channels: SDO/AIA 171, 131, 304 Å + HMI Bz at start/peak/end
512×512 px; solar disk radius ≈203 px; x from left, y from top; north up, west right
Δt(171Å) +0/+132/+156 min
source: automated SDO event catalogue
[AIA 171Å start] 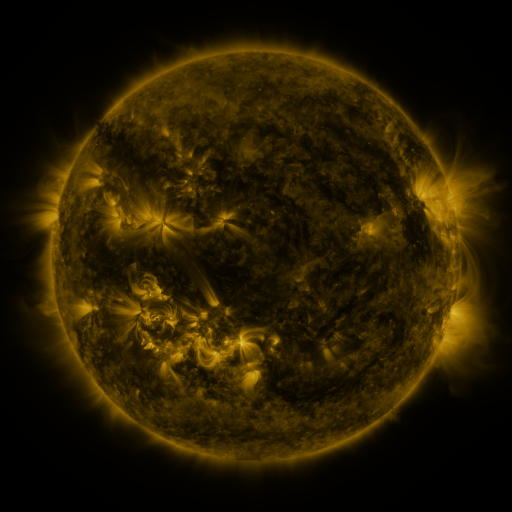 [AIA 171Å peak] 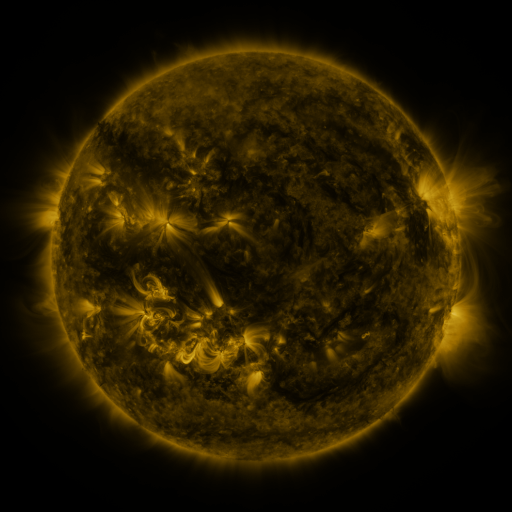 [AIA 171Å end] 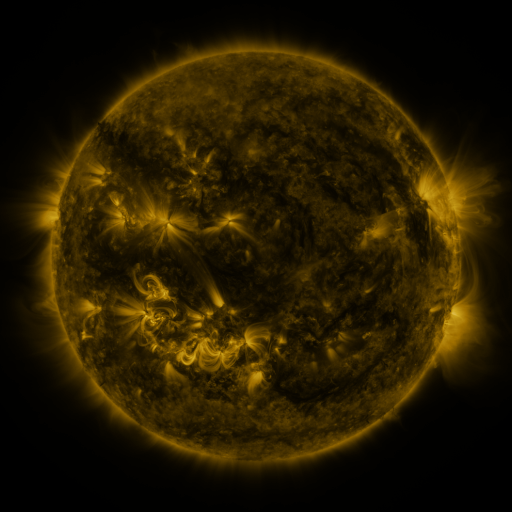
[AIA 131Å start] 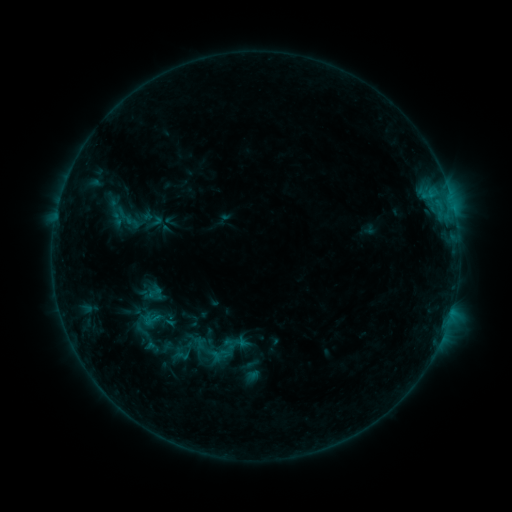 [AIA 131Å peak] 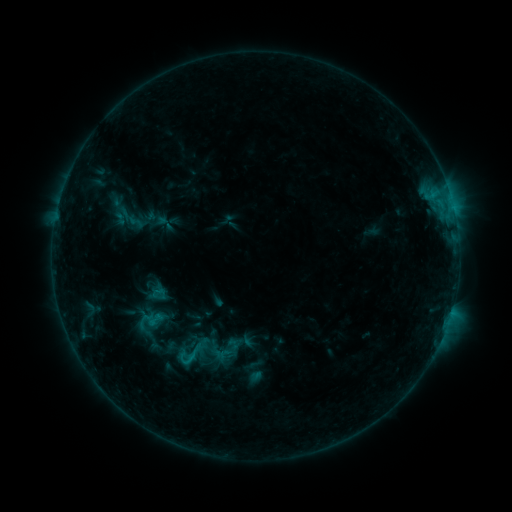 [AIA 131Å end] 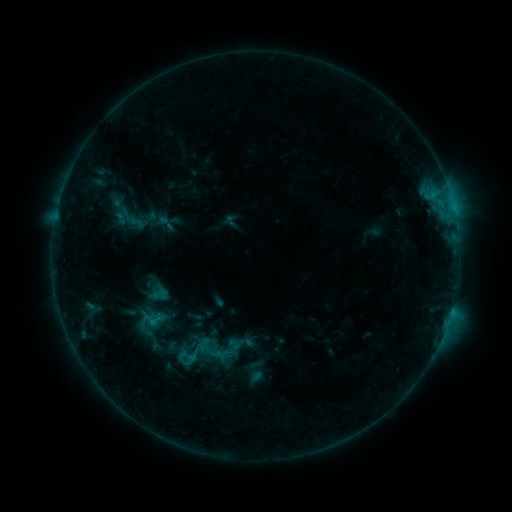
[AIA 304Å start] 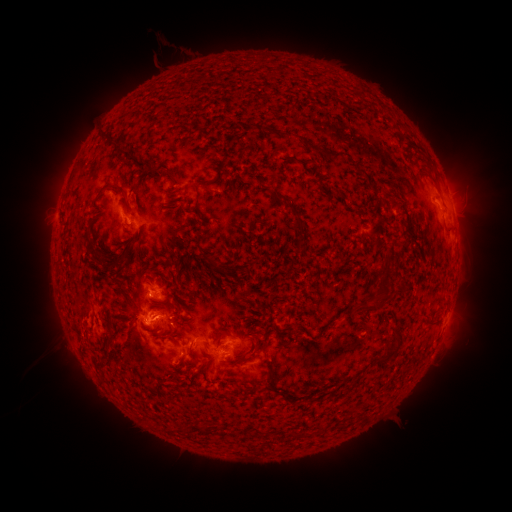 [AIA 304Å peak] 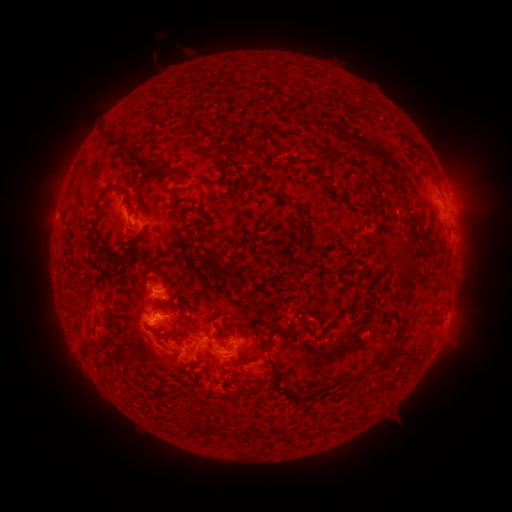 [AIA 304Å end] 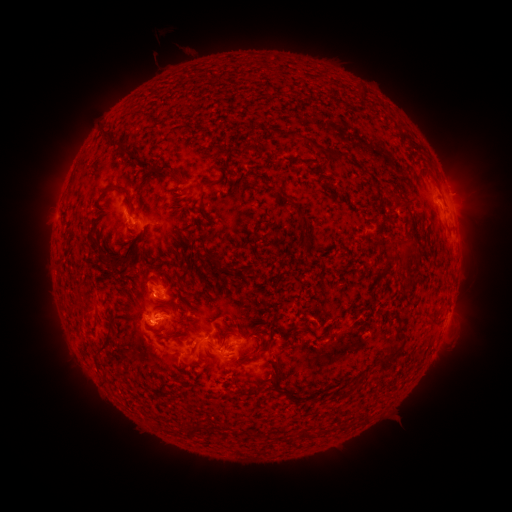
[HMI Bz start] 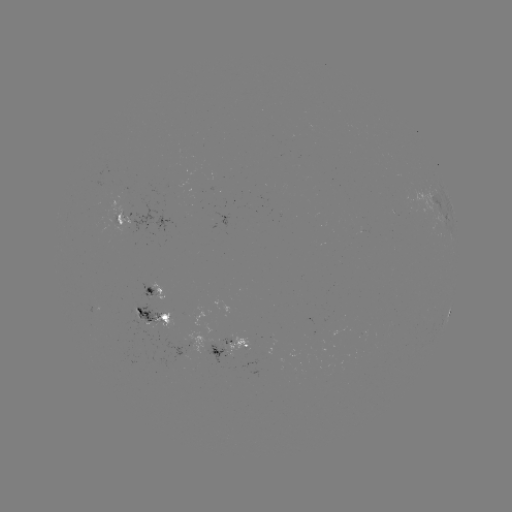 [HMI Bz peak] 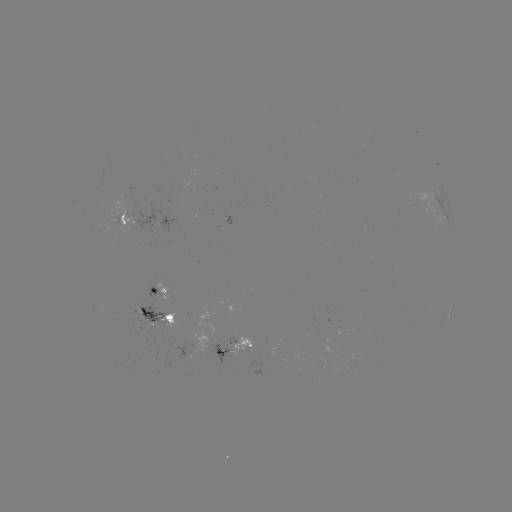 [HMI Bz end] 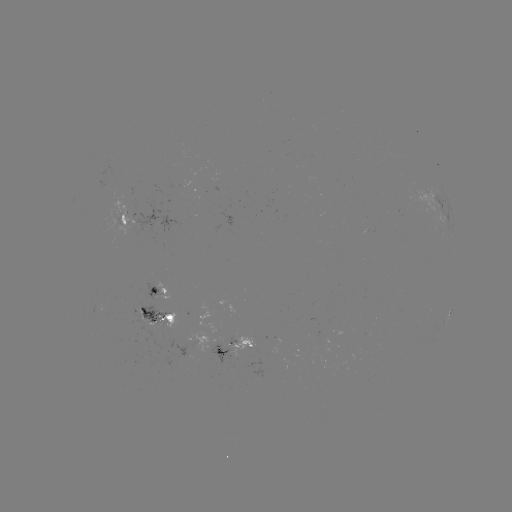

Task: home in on emerging-flux region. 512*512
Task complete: [118, 218].